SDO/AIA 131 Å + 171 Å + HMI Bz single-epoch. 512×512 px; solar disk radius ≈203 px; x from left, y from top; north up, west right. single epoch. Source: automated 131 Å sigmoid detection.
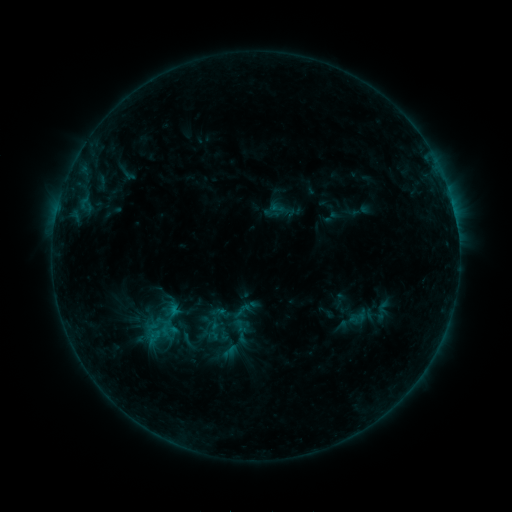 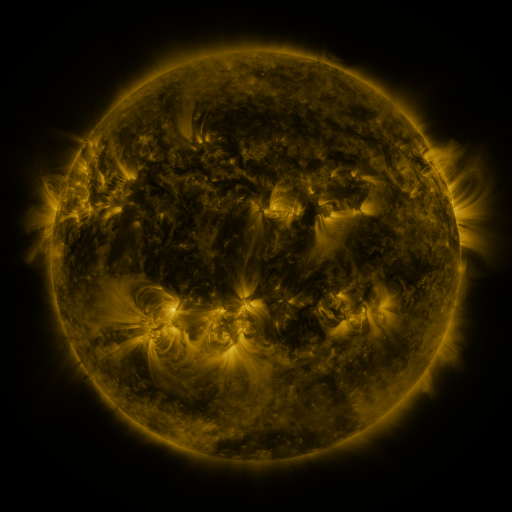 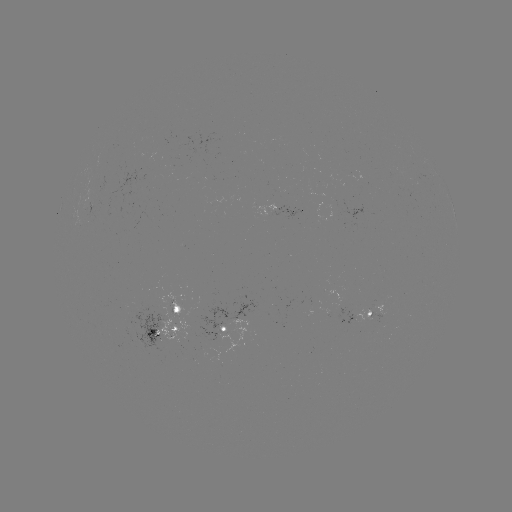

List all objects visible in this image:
sigmoid: [230, 300, 253, 321]
sigmoid: [226, 315, 246, 333]
sigmoid: [173, 330, 202, 351]
